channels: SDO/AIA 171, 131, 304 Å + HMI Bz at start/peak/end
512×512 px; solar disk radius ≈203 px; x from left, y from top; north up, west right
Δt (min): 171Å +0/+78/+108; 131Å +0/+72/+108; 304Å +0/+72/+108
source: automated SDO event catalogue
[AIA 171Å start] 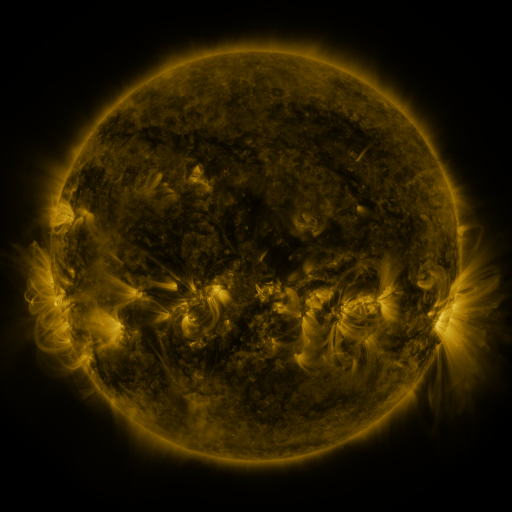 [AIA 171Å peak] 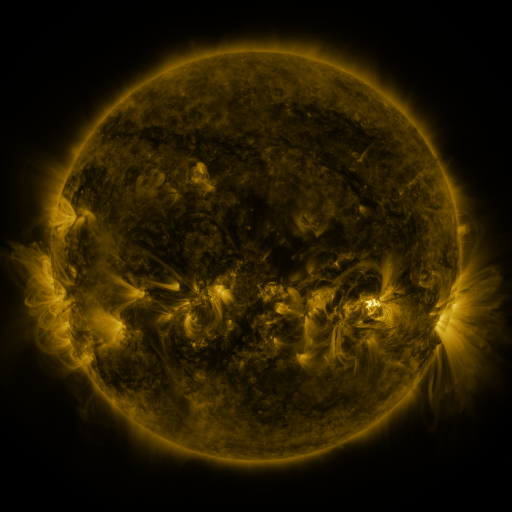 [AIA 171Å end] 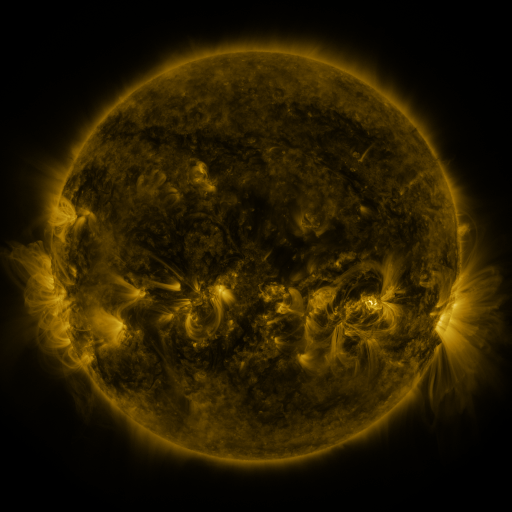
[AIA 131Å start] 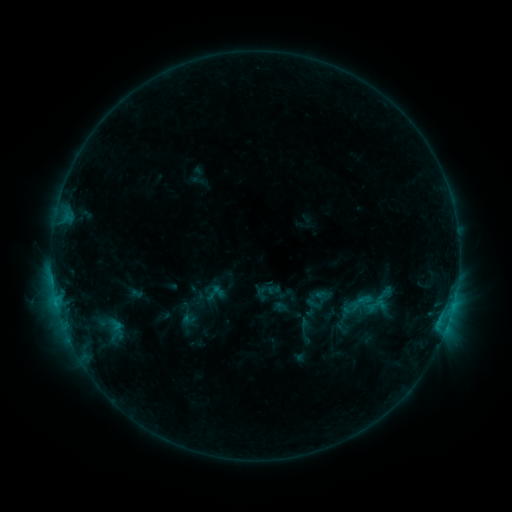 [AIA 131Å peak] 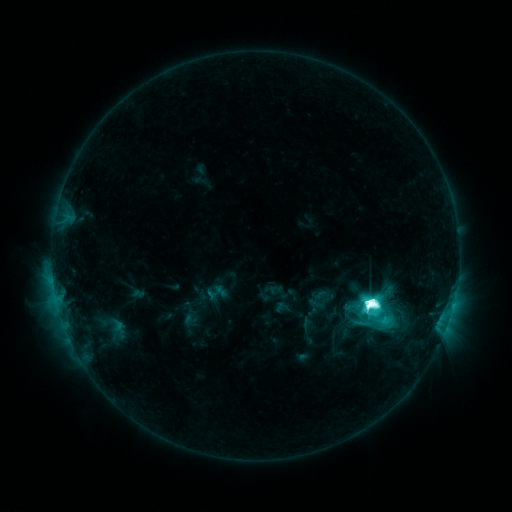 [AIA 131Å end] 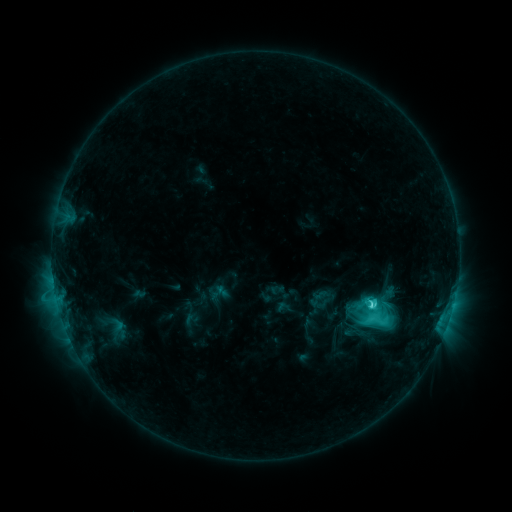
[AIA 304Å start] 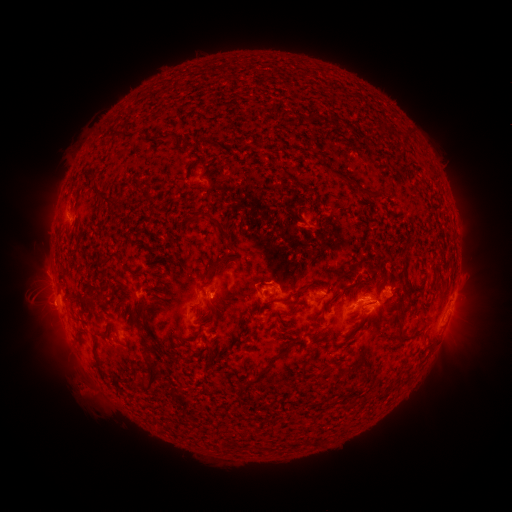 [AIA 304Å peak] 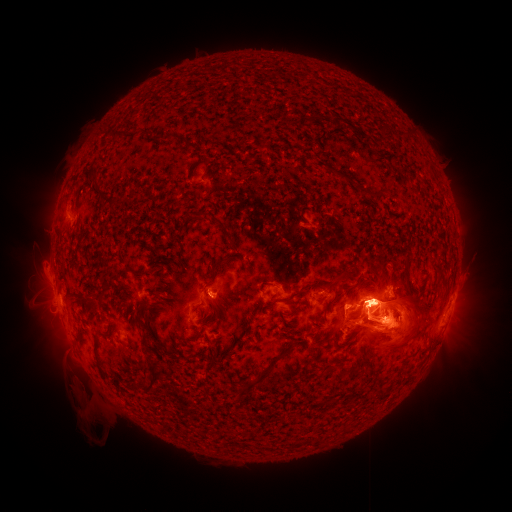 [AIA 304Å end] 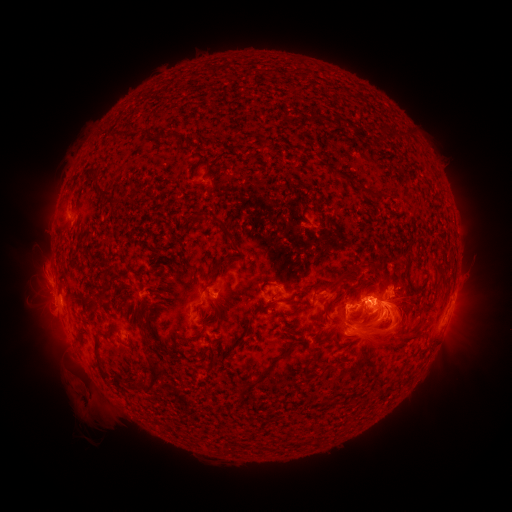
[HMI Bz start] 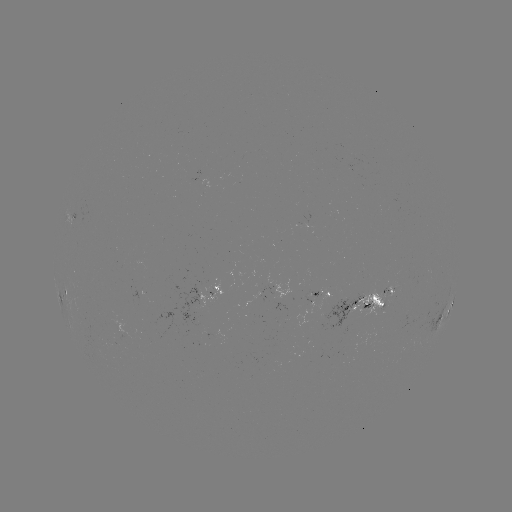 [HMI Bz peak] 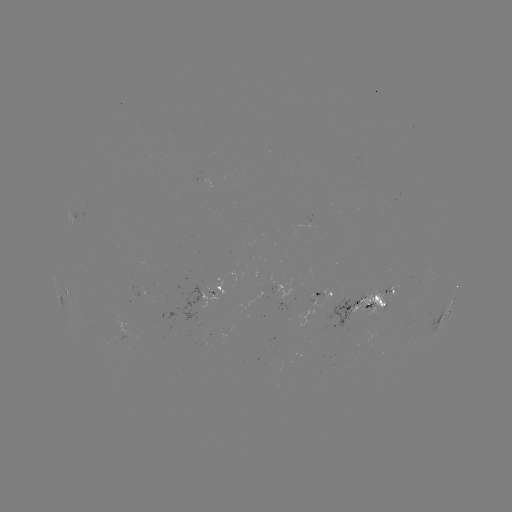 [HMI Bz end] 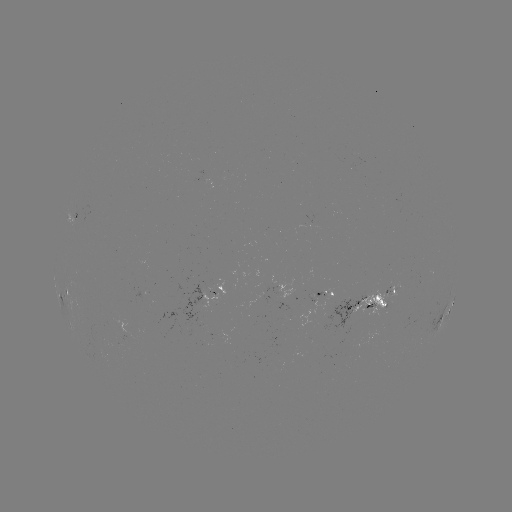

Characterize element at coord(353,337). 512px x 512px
emerging-flux region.